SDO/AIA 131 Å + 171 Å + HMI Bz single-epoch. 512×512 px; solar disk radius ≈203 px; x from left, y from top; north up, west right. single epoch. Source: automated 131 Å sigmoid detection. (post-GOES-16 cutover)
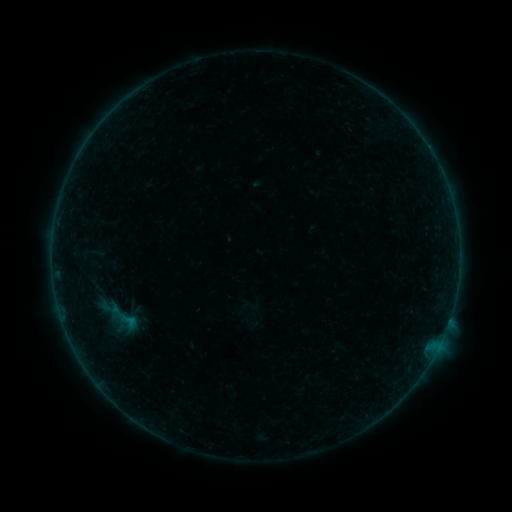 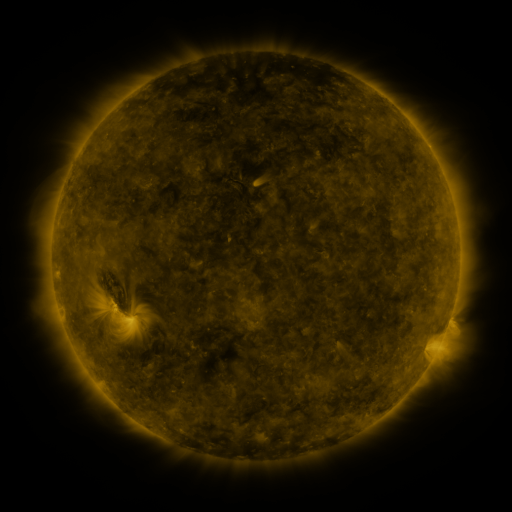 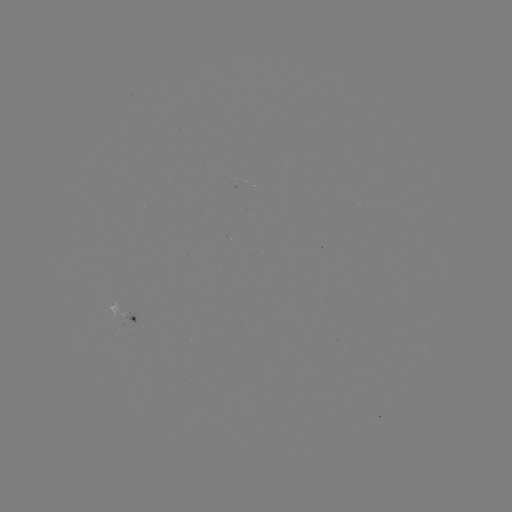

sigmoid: <bbox>115, 309, 142, 333</bbox>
